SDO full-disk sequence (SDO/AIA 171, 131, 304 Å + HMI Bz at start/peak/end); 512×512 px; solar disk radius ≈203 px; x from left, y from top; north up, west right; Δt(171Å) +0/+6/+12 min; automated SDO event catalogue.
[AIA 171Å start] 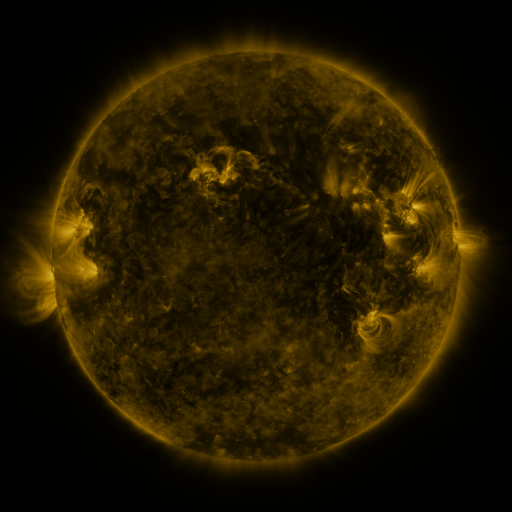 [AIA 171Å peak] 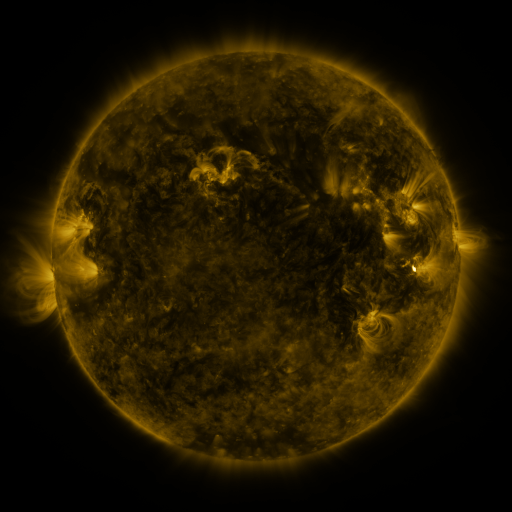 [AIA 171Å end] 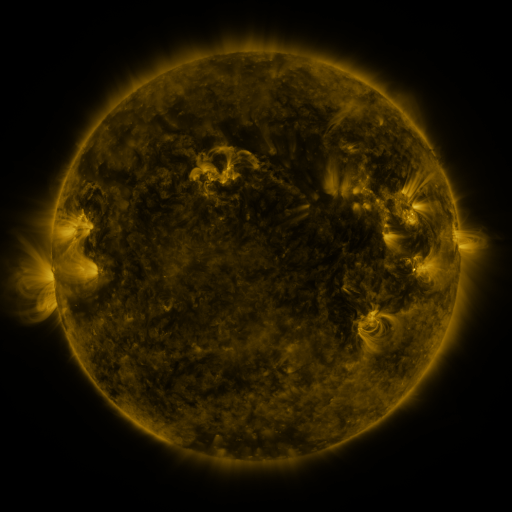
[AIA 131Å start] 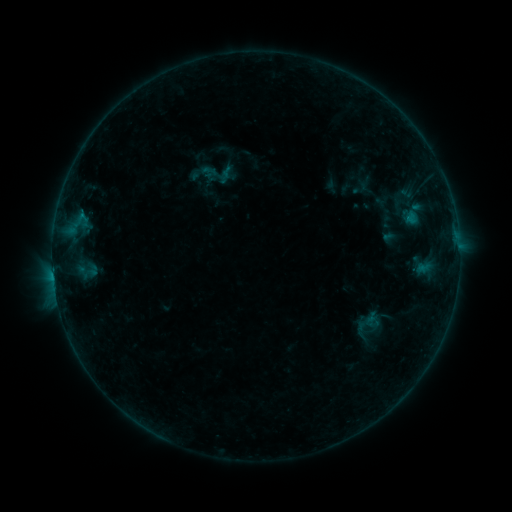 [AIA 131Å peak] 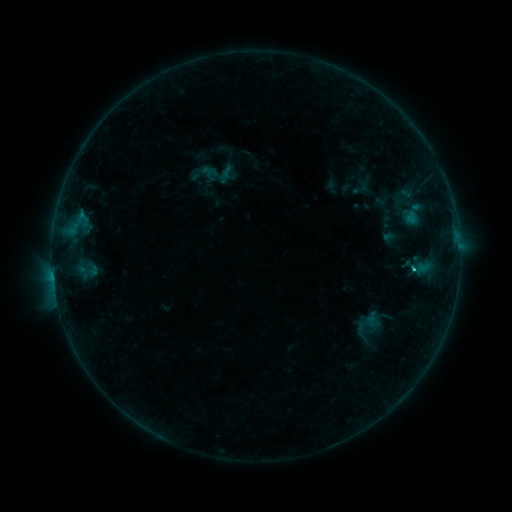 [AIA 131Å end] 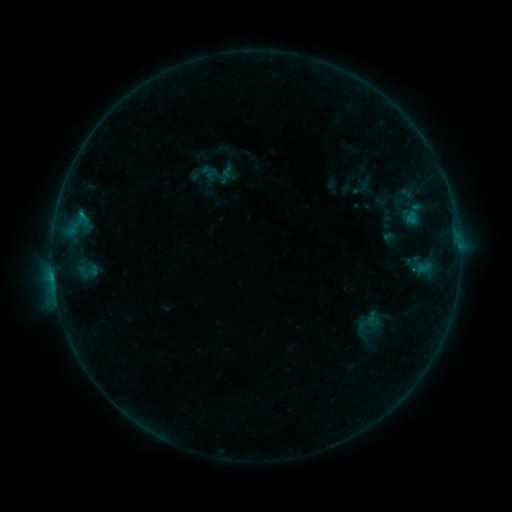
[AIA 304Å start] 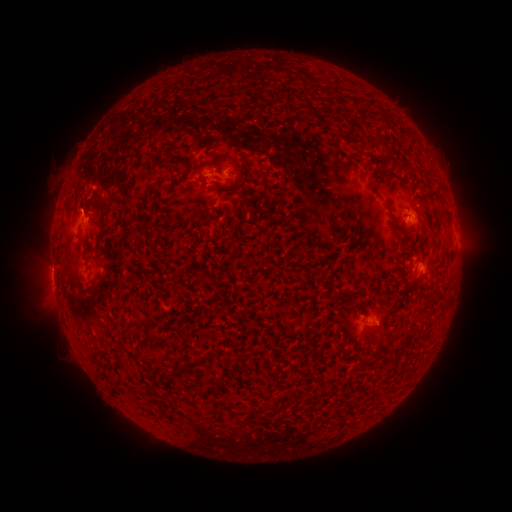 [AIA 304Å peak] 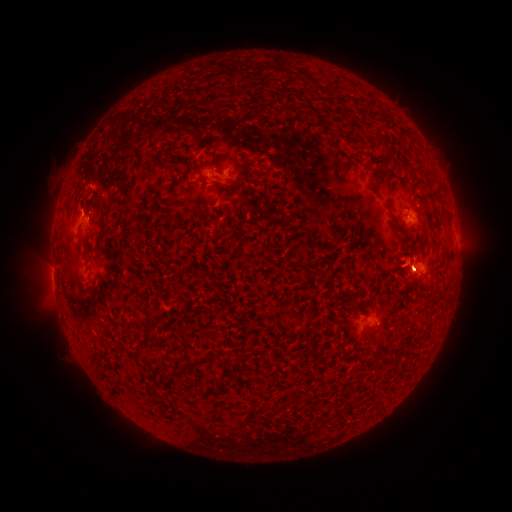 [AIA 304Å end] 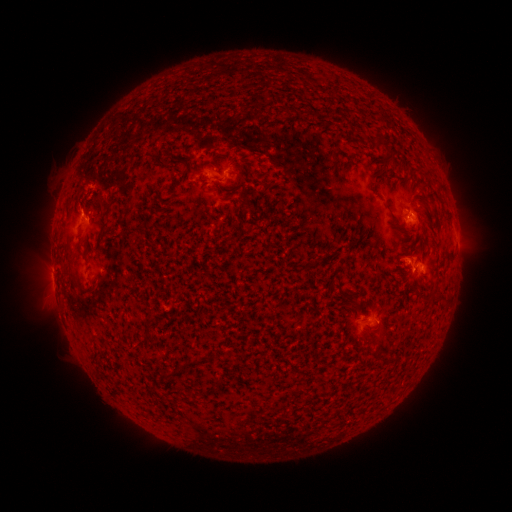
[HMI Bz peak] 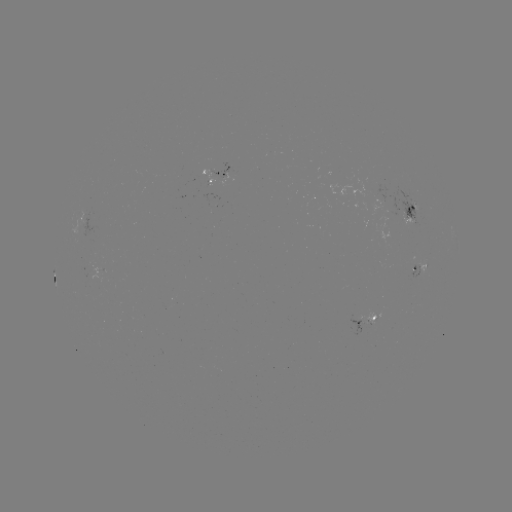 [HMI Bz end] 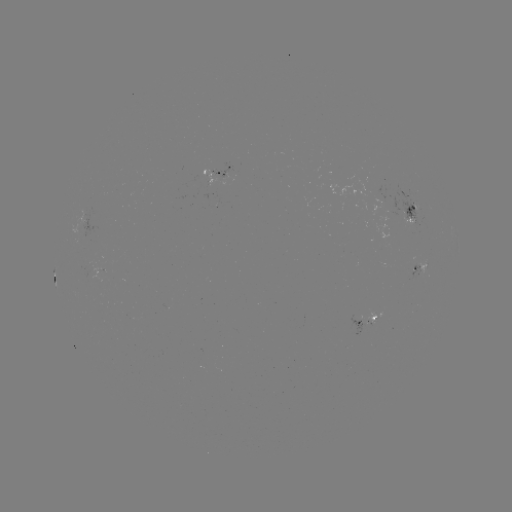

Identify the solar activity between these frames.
B5.8 flare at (413, 267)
